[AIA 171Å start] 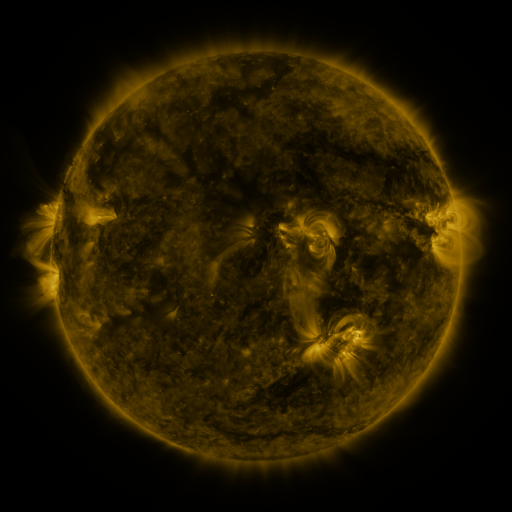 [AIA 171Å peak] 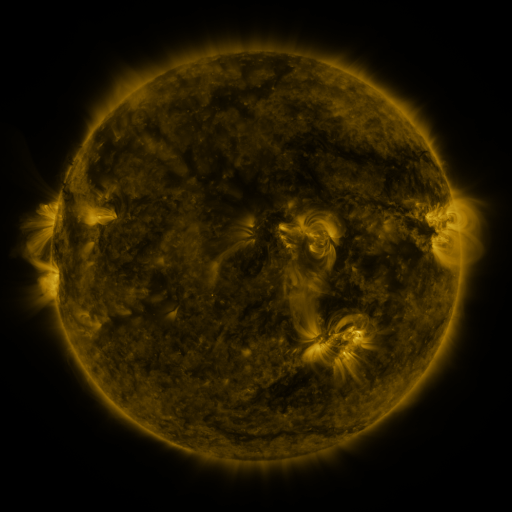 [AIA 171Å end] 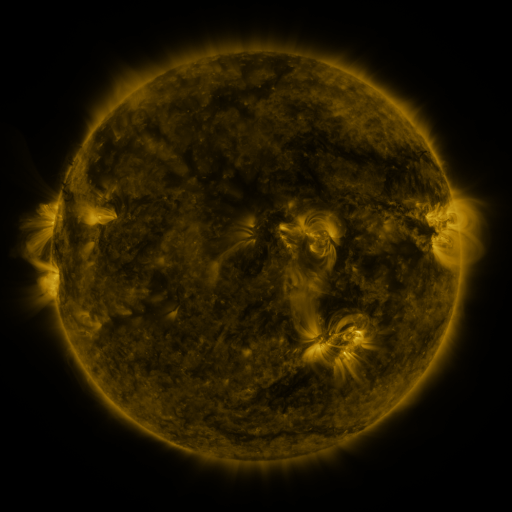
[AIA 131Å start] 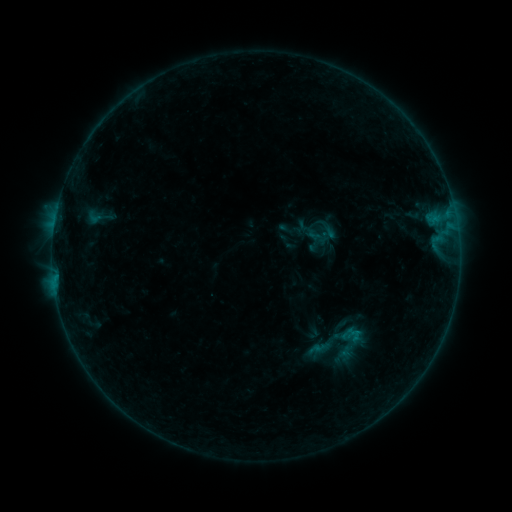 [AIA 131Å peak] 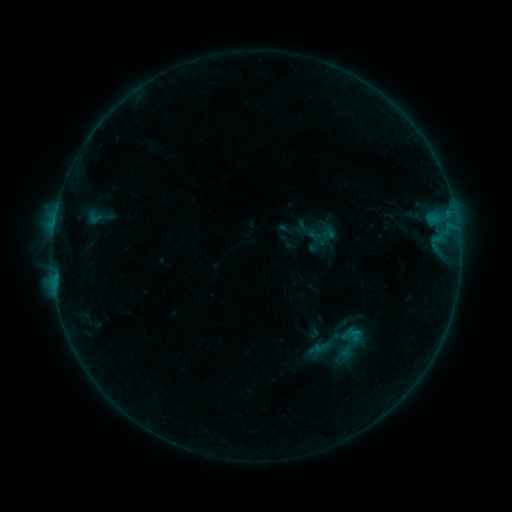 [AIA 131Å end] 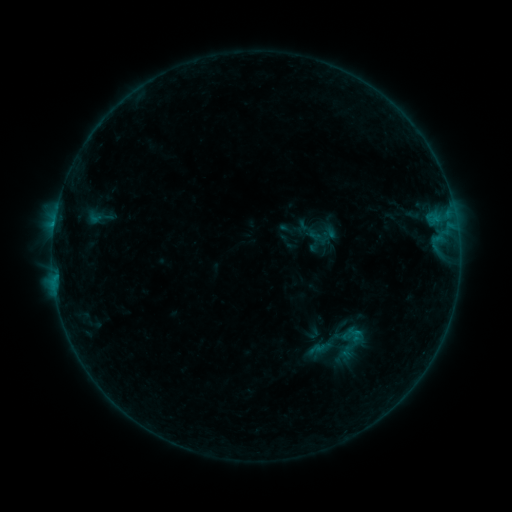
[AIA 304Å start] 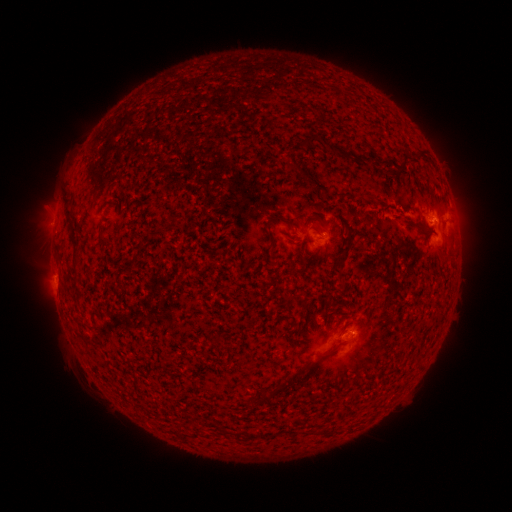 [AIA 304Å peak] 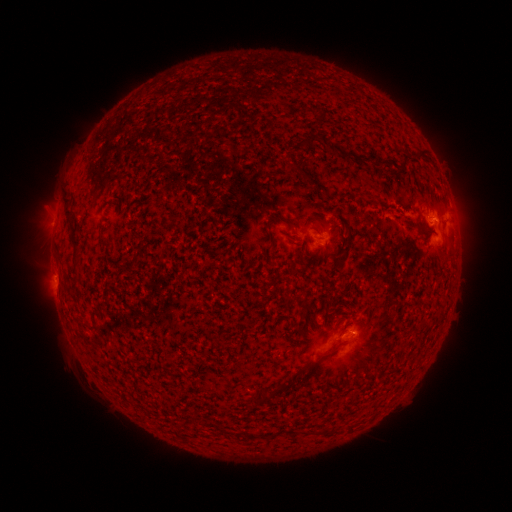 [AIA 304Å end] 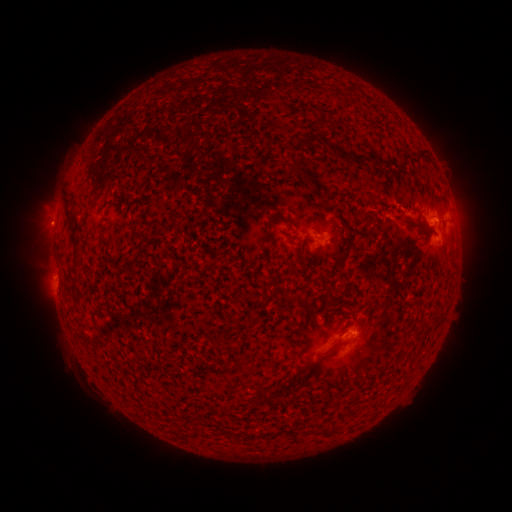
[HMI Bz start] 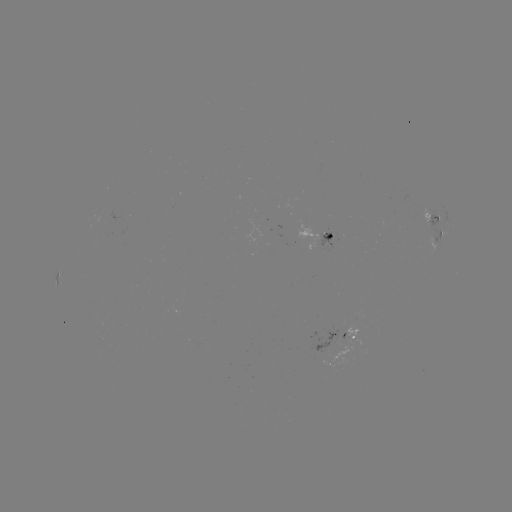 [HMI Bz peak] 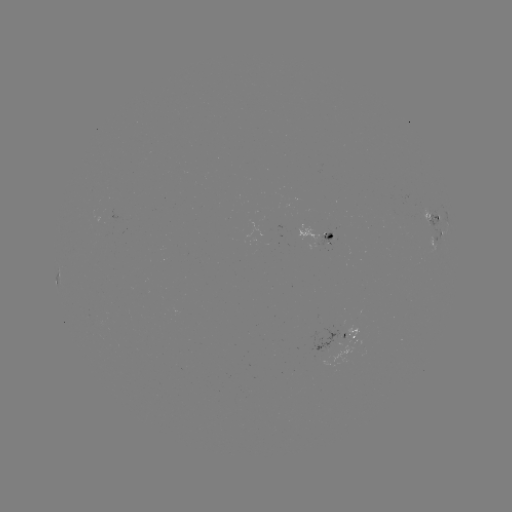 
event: flare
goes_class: B5.7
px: (54, 228)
